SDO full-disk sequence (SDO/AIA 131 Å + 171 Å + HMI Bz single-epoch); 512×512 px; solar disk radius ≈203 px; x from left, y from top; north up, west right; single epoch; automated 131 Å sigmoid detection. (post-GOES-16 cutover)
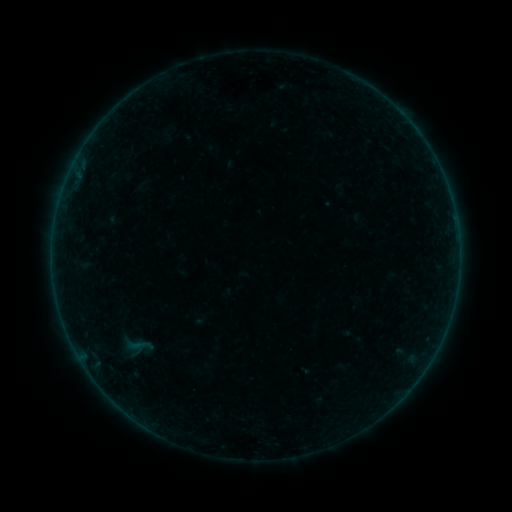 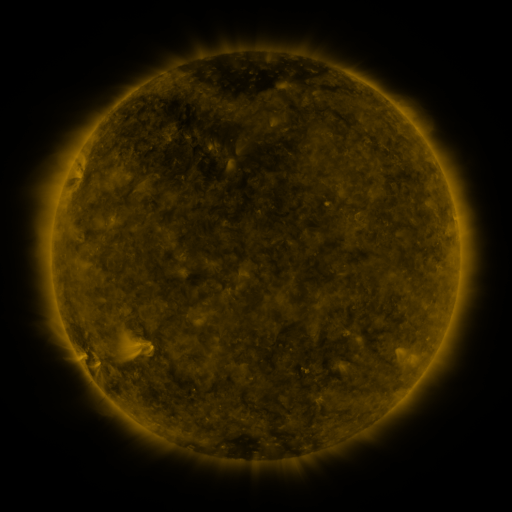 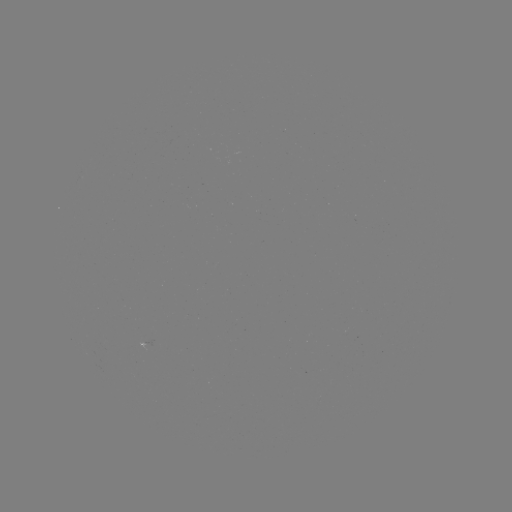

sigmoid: [116, 329, 160, 360]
